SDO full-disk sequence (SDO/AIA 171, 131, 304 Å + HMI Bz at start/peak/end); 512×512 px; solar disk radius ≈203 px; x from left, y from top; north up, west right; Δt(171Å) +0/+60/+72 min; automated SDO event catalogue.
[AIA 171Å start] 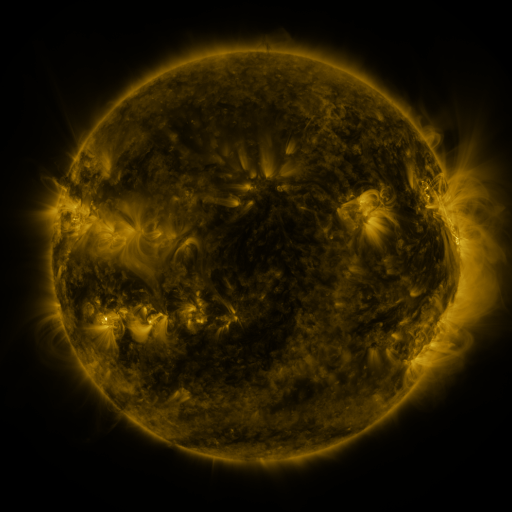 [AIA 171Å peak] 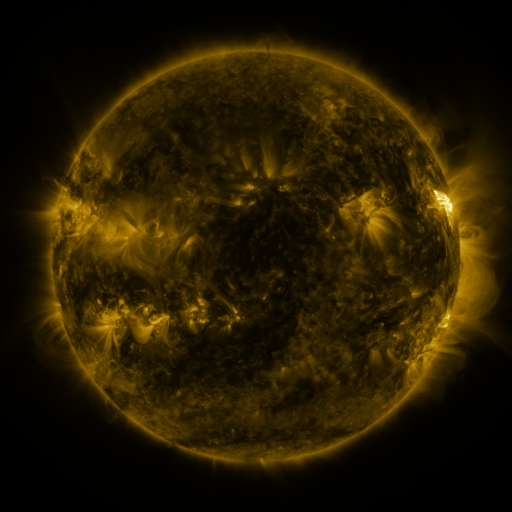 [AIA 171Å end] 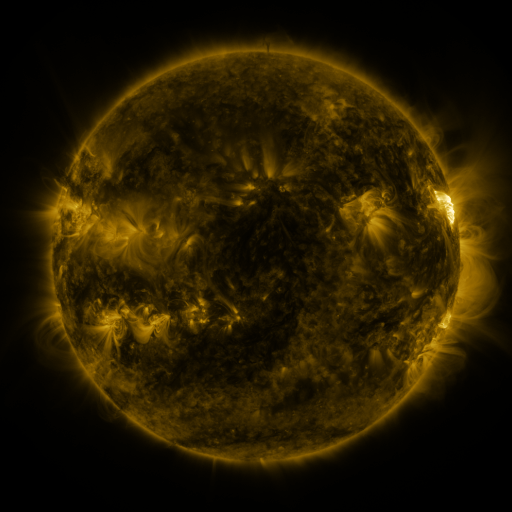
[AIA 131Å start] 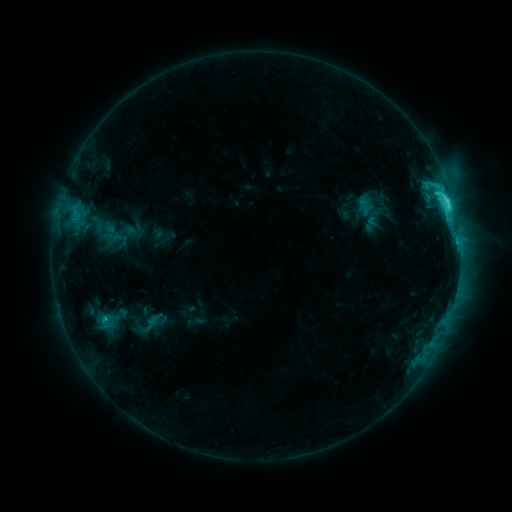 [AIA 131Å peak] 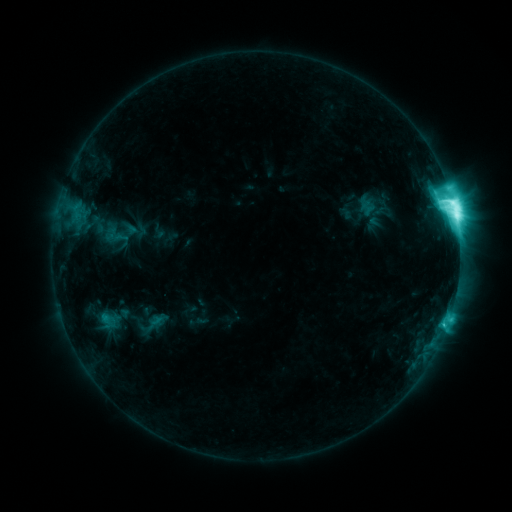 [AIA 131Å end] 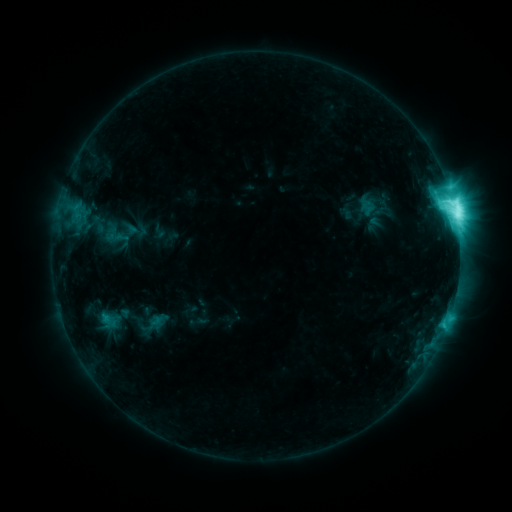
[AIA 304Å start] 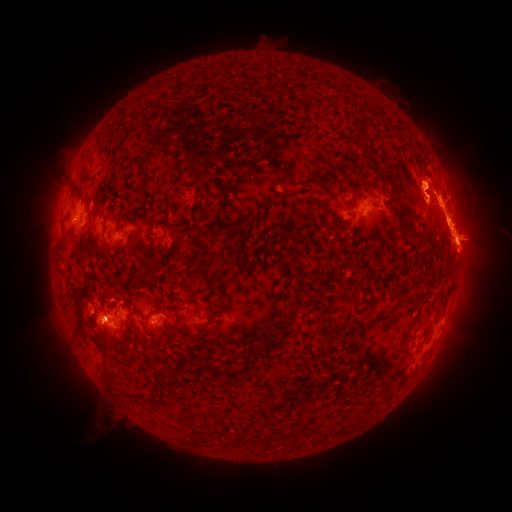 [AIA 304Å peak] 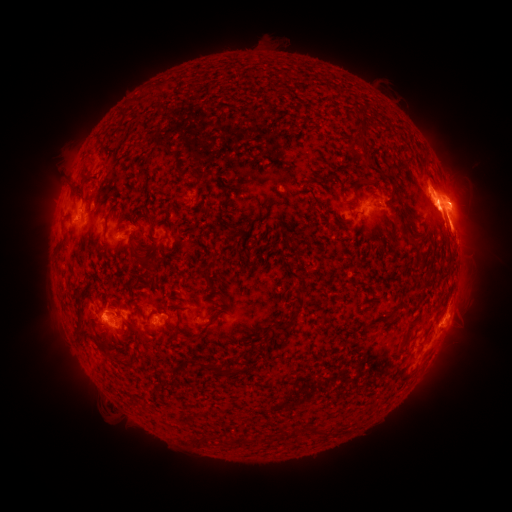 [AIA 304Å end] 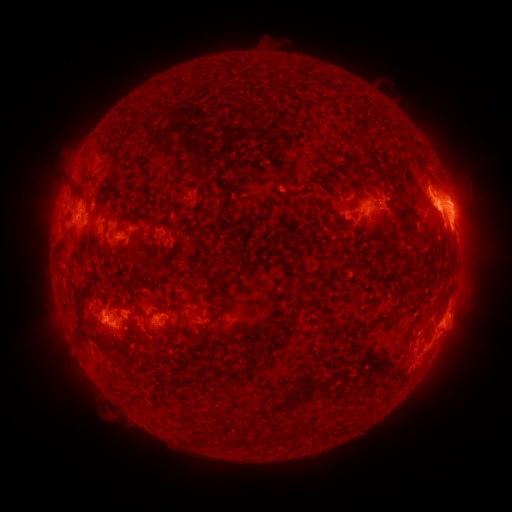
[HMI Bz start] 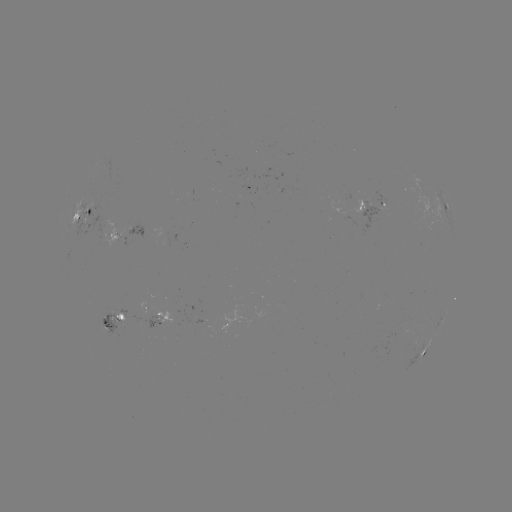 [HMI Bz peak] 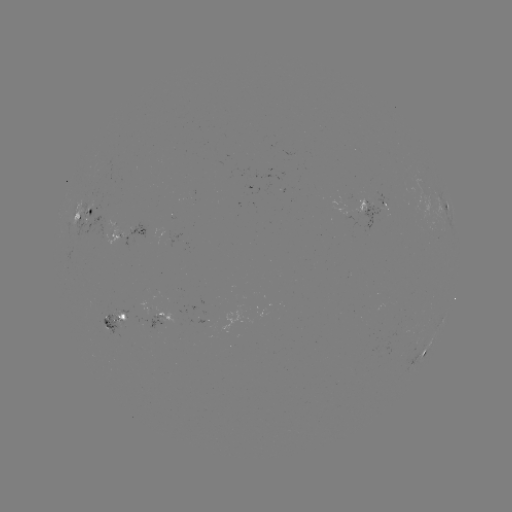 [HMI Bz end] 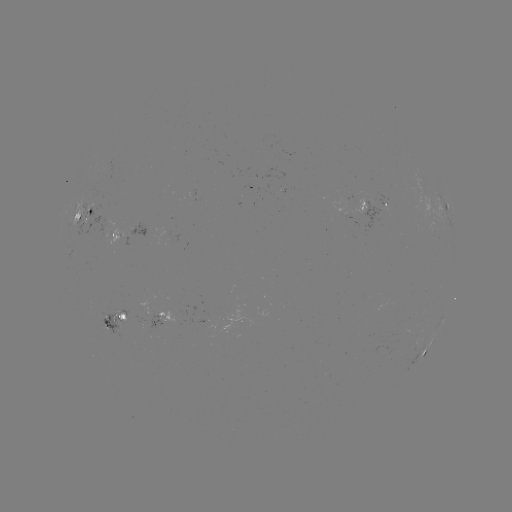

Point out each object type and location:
emerging-flux region: (155, 318)
